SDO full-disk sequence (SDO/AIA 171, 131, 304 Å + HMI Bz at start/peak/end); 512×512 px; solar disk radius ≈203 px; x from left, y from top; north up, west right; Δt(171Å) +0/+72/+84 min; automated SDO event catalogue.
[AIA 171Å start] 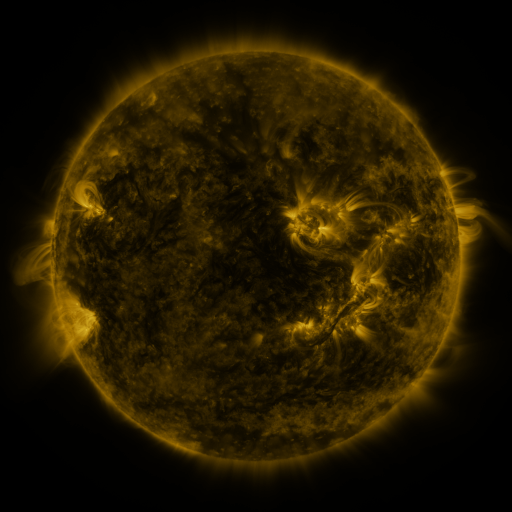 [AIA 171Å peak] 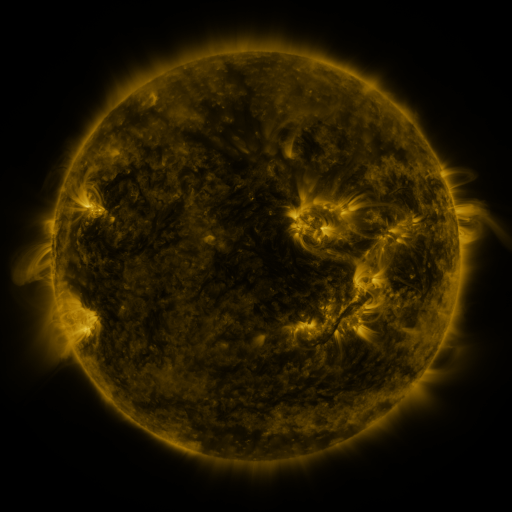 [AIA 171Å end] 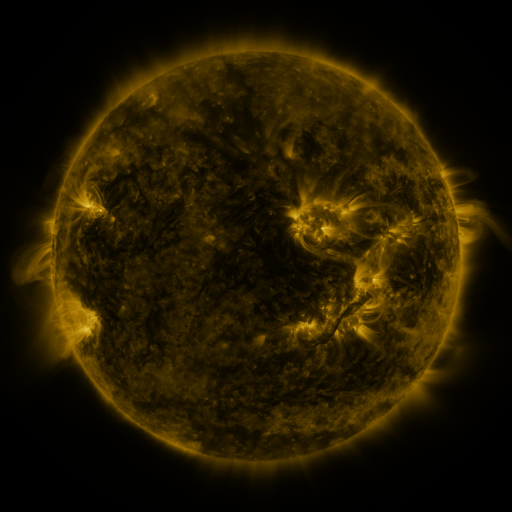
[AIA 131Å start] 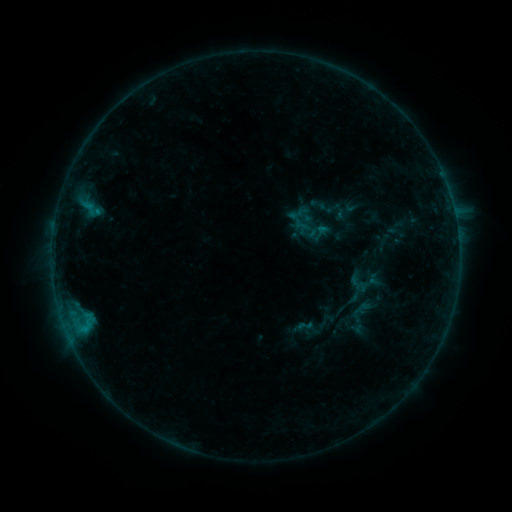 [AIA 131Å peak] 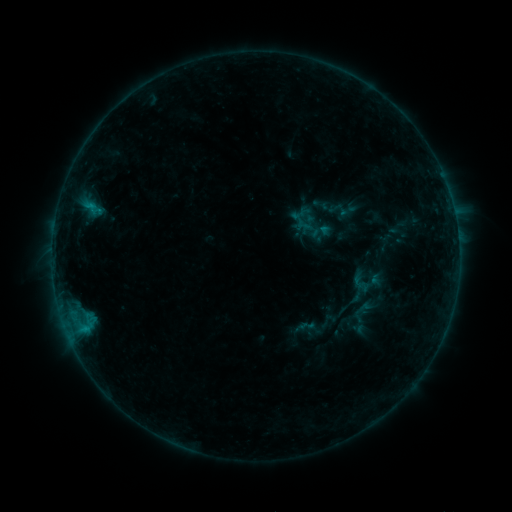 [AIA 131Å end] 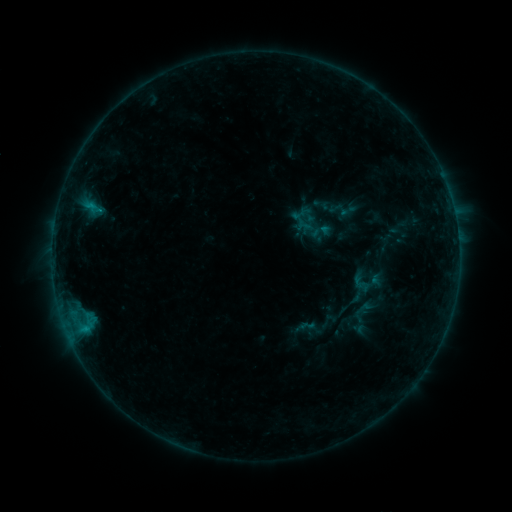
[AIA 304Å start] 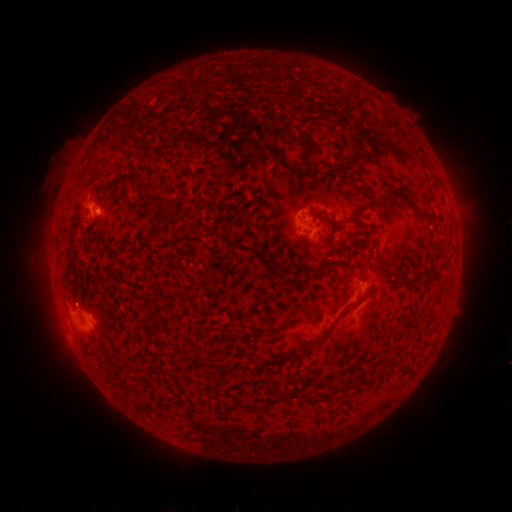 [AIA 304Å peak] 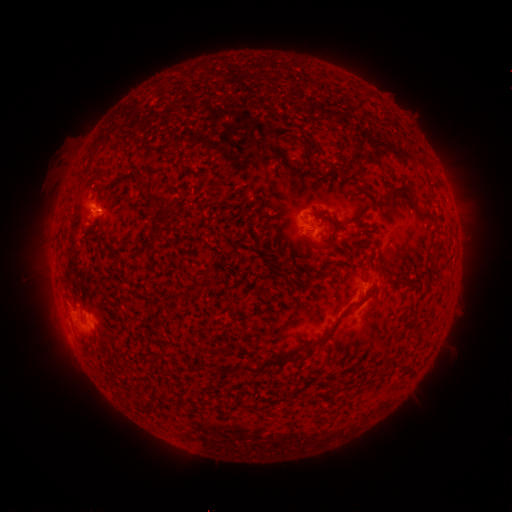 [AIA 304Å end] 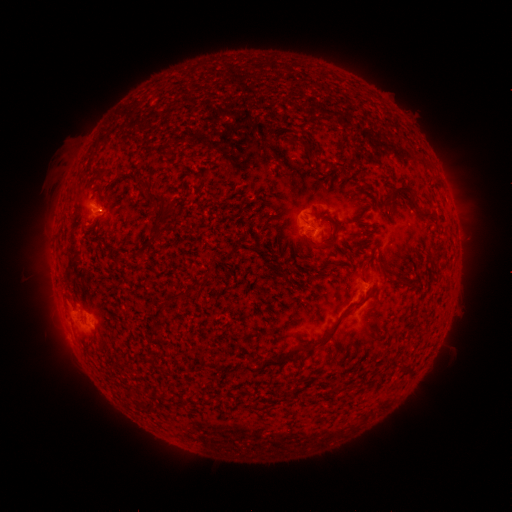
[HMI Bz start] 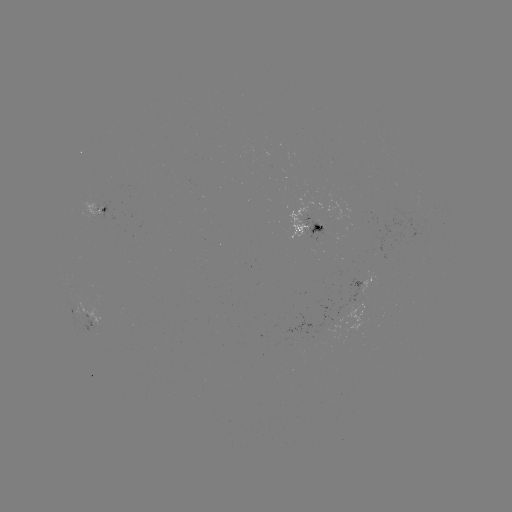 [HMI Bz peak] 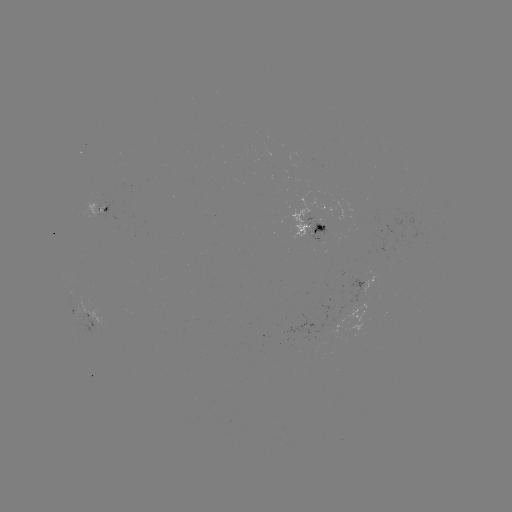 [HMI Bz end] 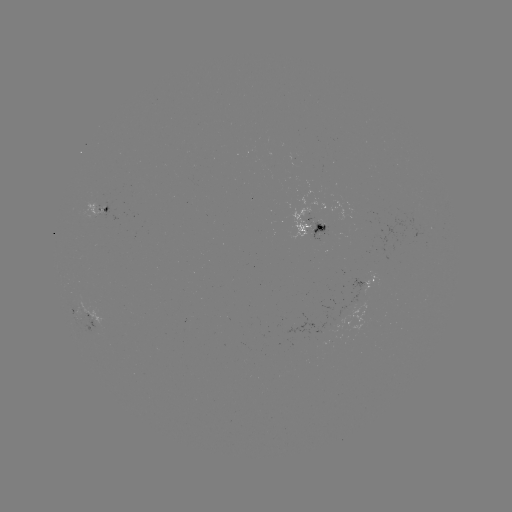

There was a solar emerging-flux region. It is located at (326, 233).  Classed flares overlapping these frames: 1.